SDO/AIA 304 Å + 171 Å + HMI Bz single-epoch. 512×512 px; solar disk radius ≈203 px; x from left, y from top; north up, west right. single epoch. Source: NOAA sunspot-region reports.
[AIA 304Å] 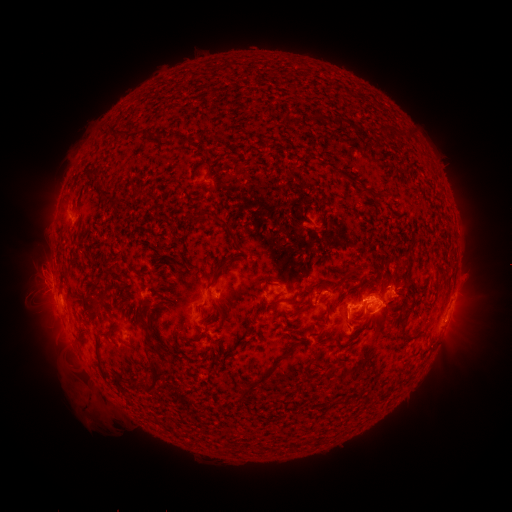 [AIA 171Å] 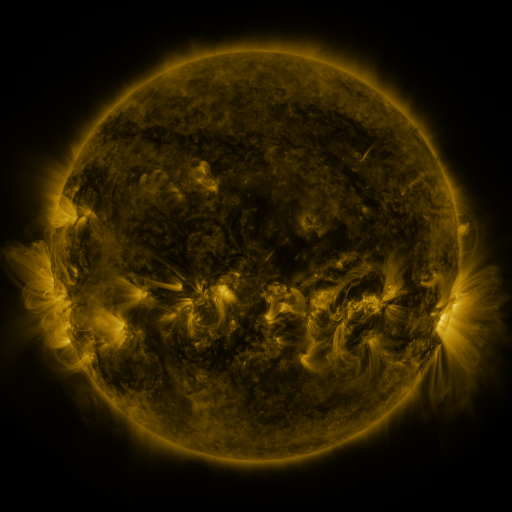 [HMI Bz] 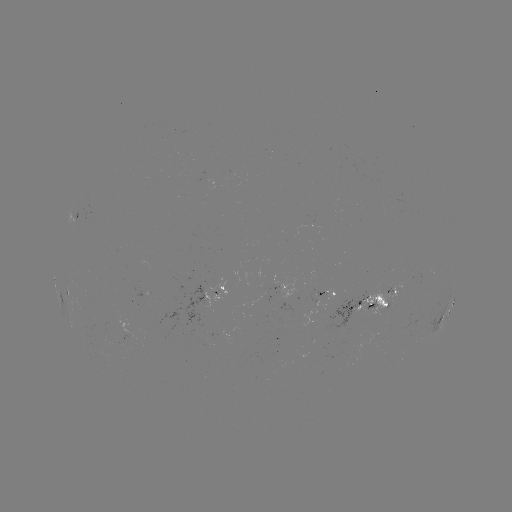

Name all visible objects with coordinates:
spotted active region: (78, 215)
spotted active region: (224, 277)
spotted active region: (287, 288)
spotted active region: (72, 290)
spotted active region: (394, 290)
spotted active region: (330, 292)
spotted active region: (371, 303)
spotted active region: (449, 310)
